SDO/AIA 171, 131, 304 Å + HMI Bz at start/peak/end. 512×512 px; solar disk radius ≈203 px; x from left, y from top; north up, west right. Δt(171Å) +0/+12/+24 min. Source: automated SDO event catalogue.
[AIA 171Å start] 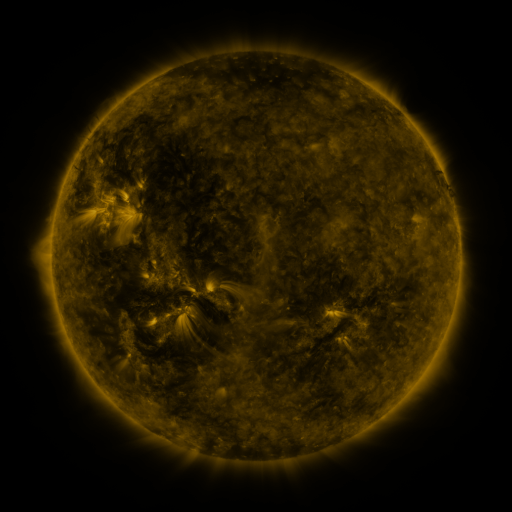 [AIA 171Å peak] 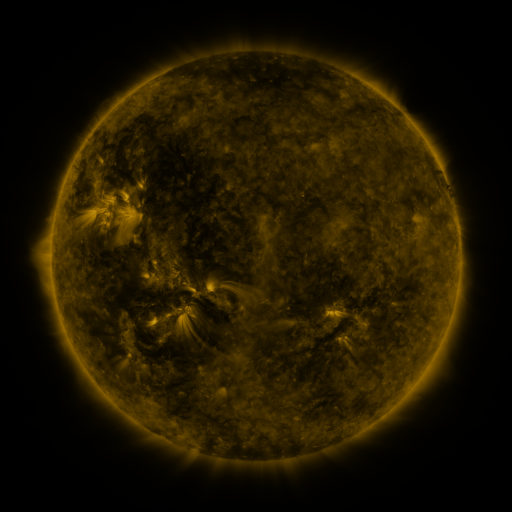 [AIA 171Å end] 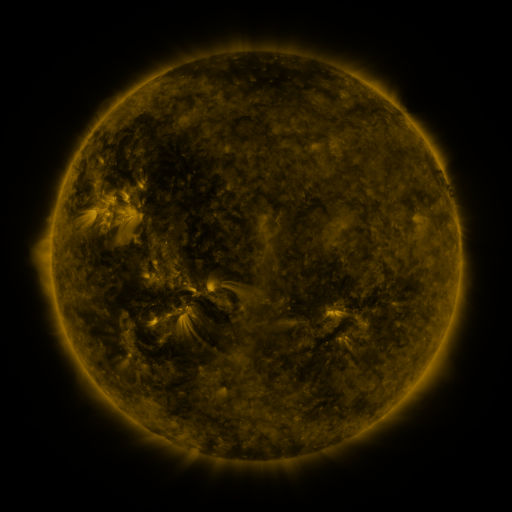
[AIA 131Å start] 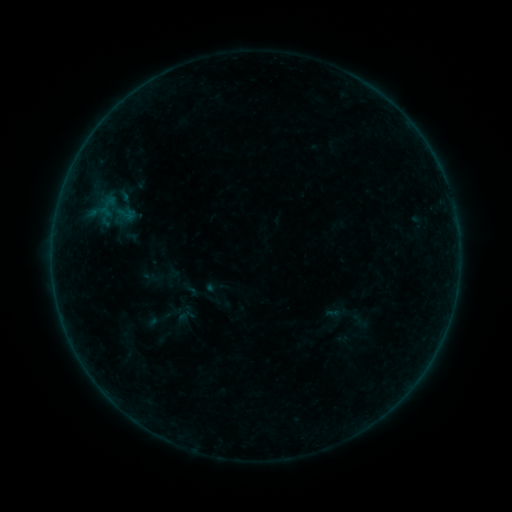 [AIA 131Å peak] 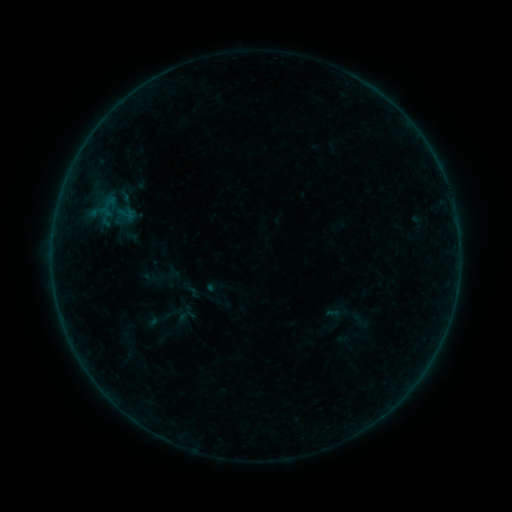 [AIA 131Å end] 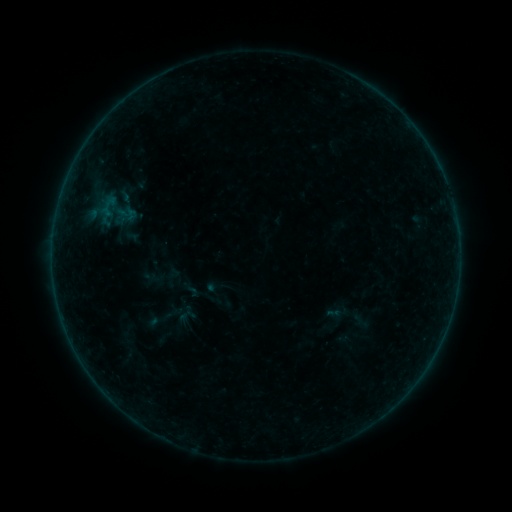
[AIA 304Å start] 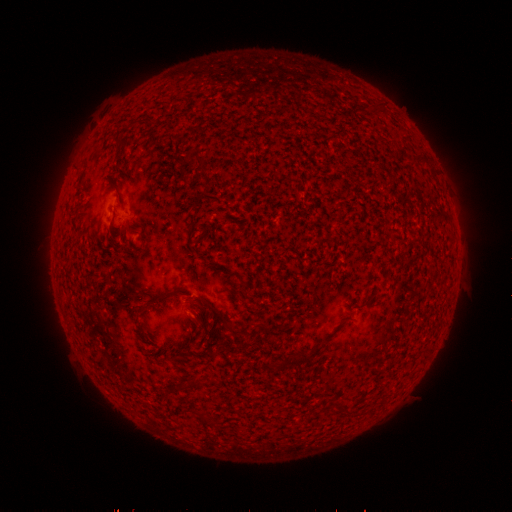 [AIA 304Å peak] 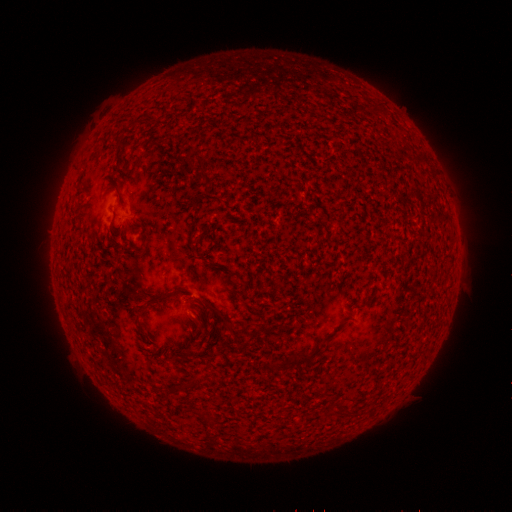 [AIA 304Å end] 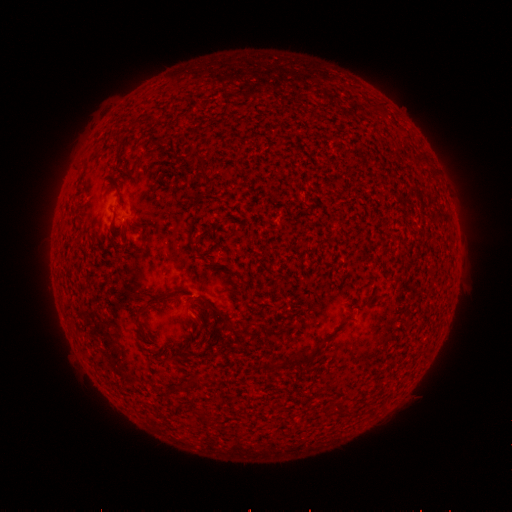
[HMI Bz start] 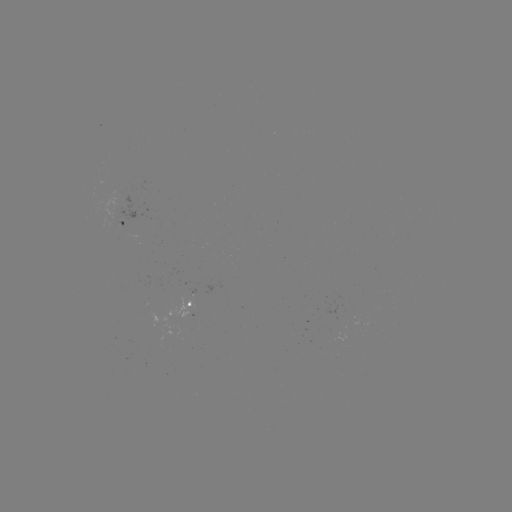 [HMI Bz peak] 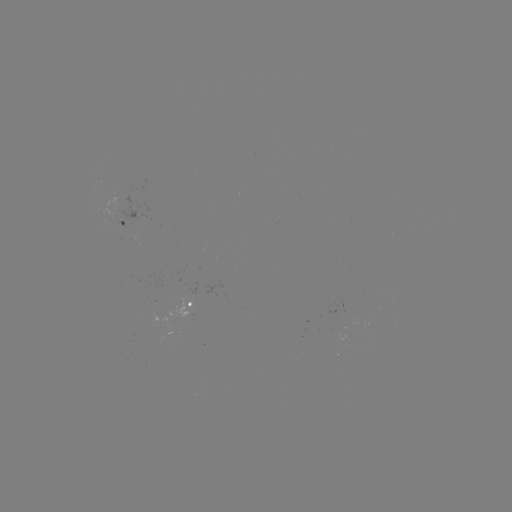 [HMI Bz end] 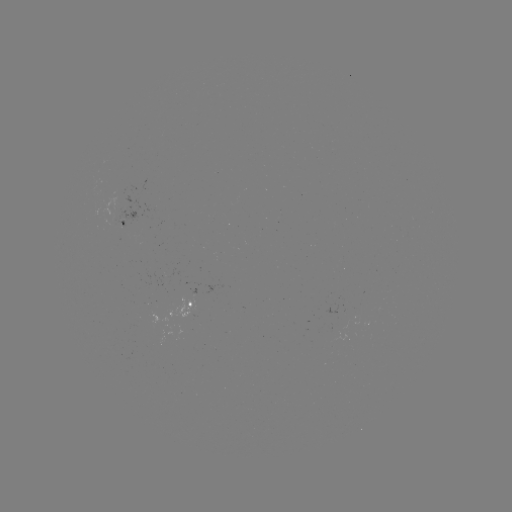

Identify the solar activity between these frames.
no catalogued flare and no flagged EUV brightening in this window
